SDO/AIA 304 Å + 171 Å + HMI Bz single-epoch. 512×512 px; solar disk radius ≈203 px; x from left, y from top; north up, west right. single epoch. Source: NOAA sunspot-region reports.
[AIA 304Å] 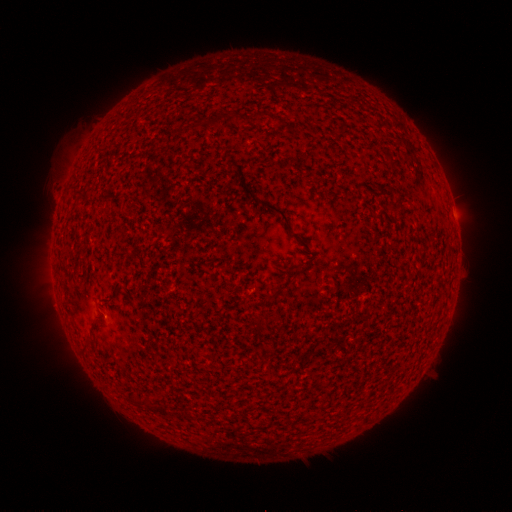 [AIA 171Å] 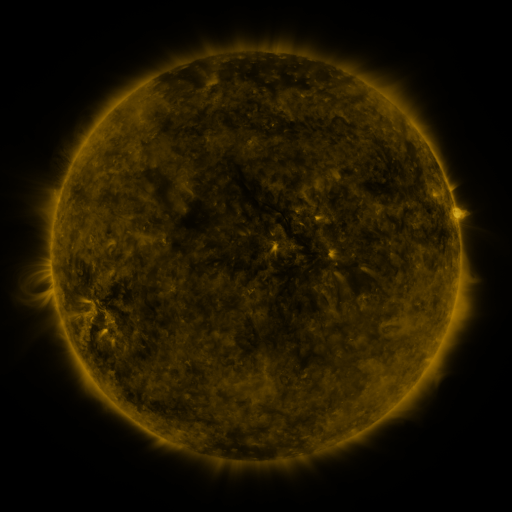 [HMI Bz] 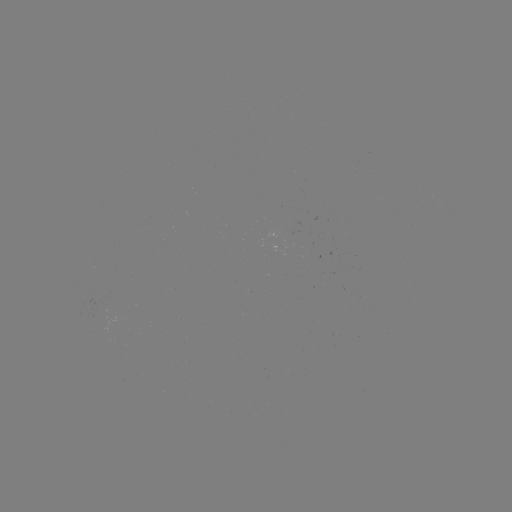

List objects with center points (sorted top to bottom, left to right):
(none)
